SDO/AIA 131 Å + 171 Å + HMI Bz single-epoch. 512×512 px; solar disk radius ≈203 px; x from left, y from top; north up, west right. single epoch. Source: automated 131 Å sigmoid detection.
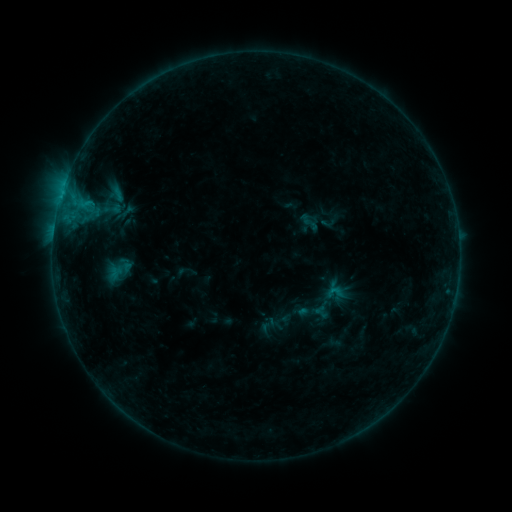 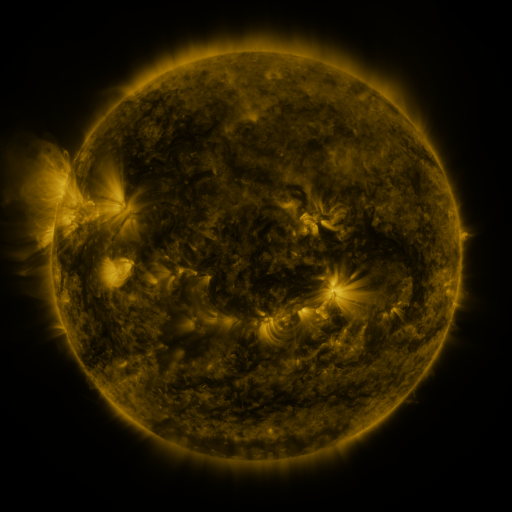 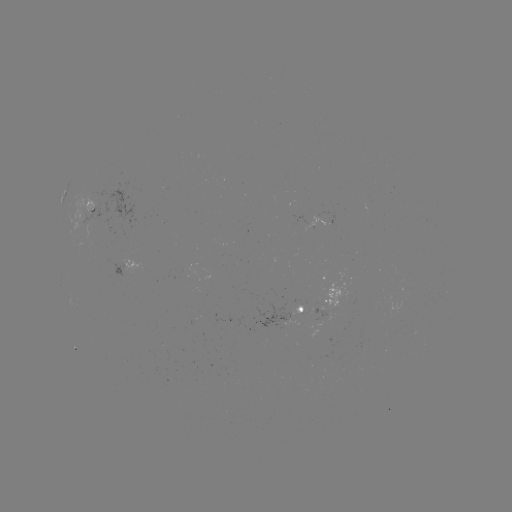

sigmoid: [102, 199, 122, 219]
